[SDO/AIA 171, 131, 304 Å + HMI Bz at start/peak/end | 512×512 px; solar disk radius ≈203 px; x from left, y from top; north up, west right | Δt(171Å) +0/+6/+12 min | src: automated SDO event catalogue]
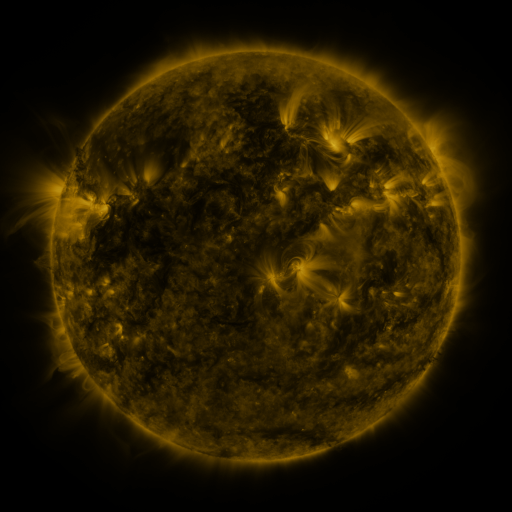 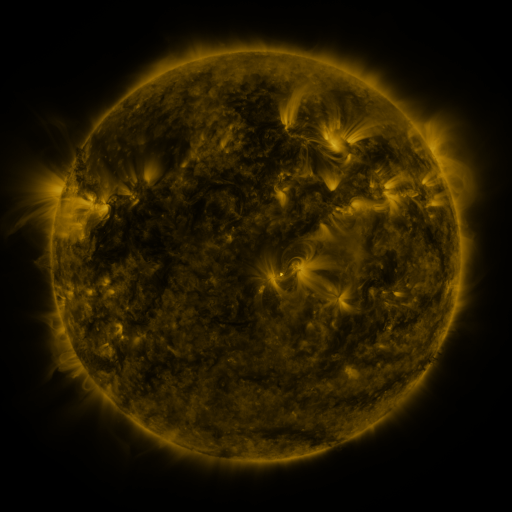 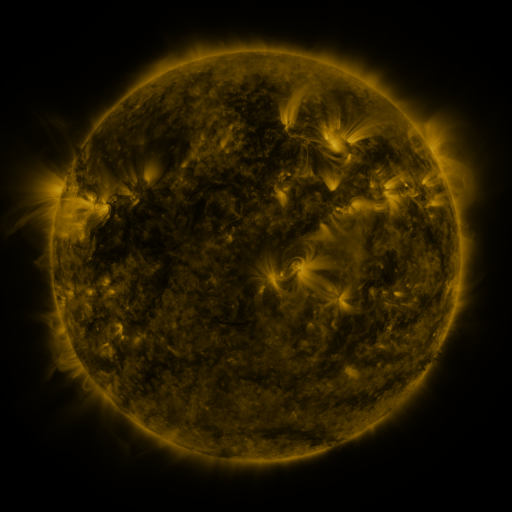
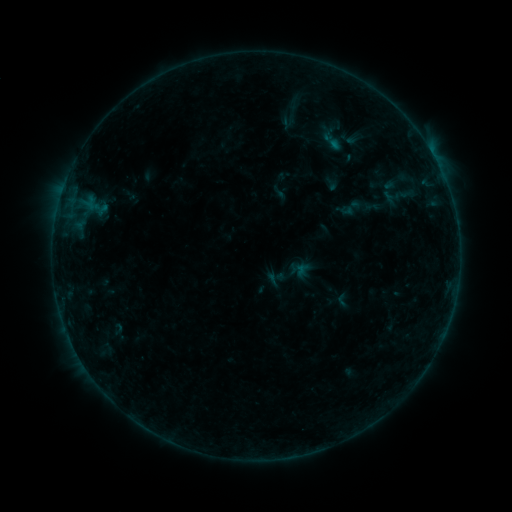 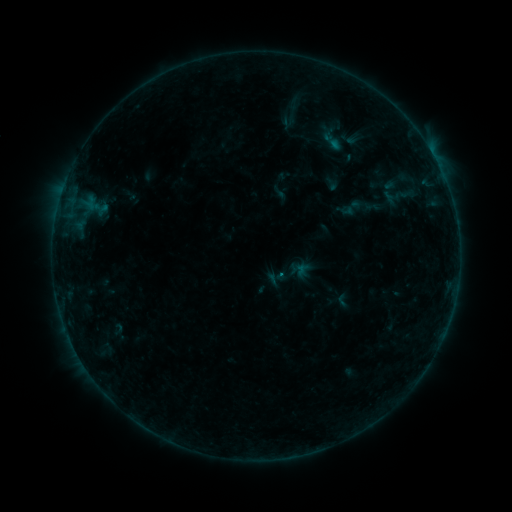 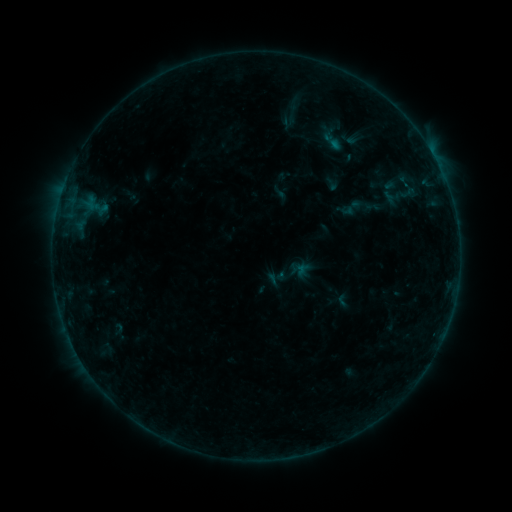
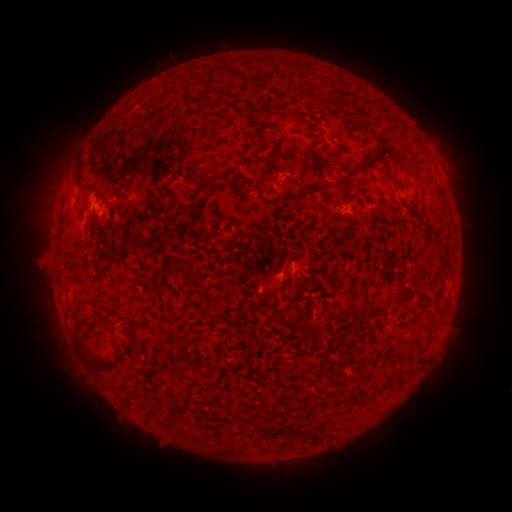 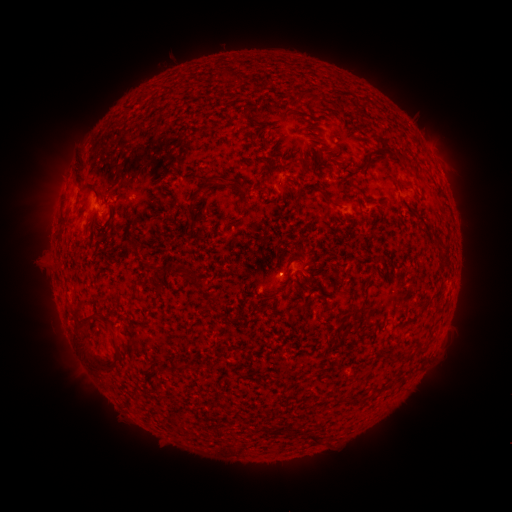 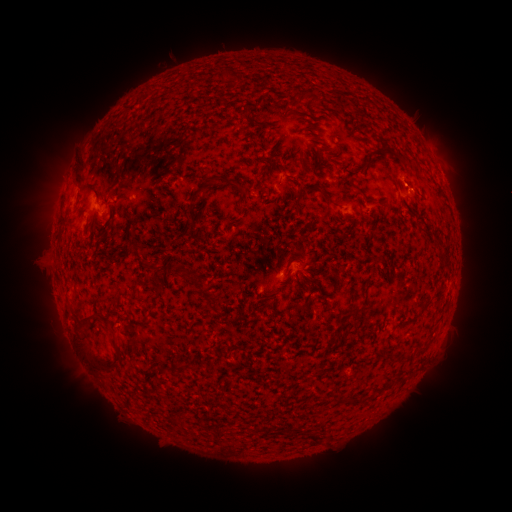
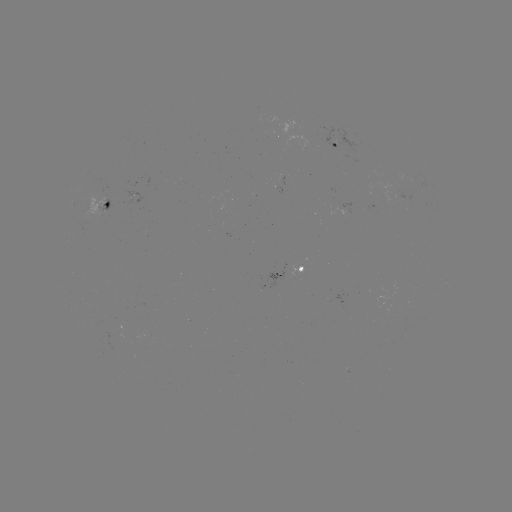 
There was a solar flare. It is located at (280, 274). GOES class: B1.8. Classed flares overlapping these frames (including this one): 1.